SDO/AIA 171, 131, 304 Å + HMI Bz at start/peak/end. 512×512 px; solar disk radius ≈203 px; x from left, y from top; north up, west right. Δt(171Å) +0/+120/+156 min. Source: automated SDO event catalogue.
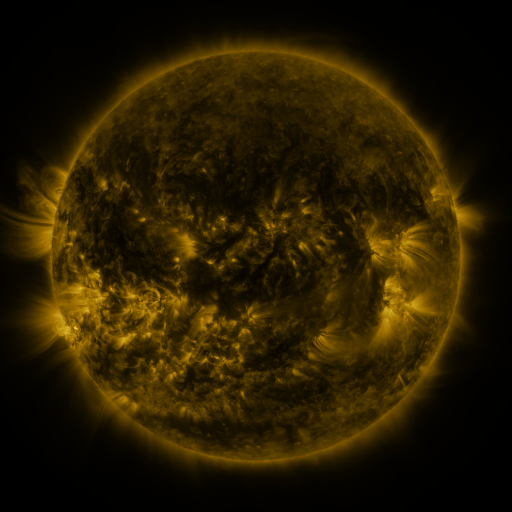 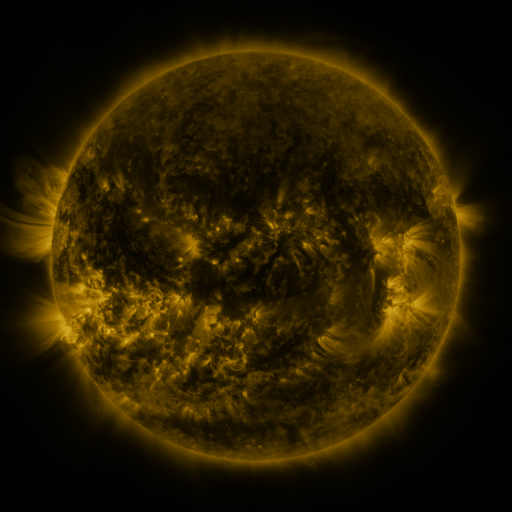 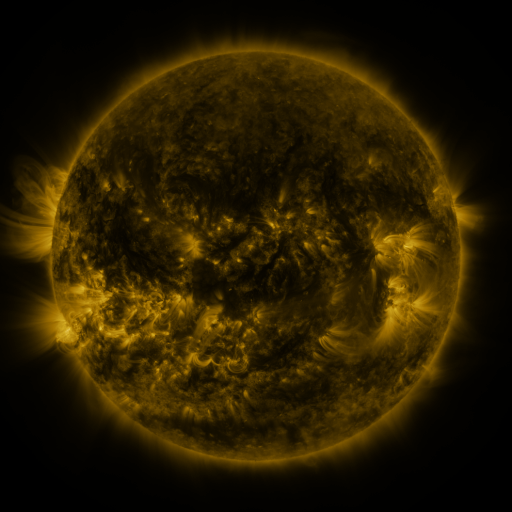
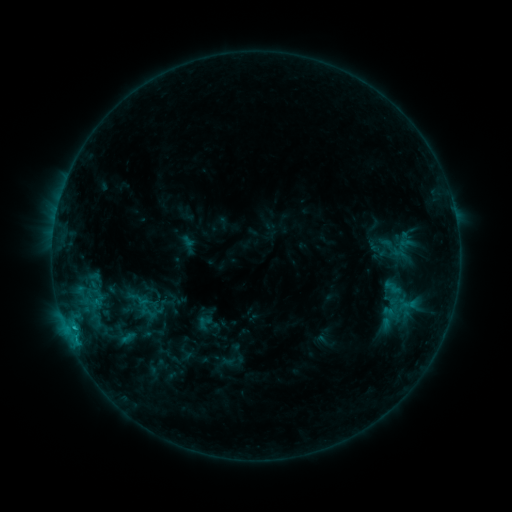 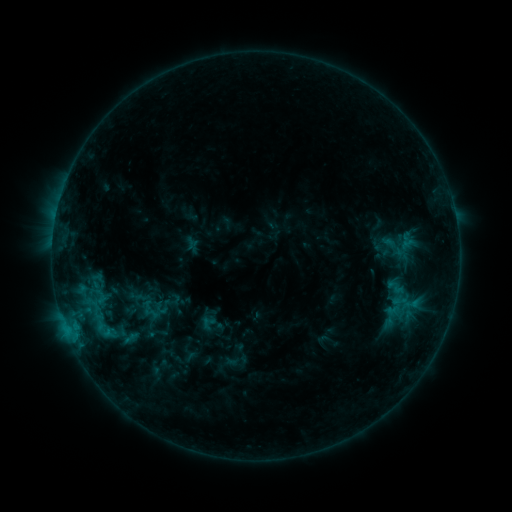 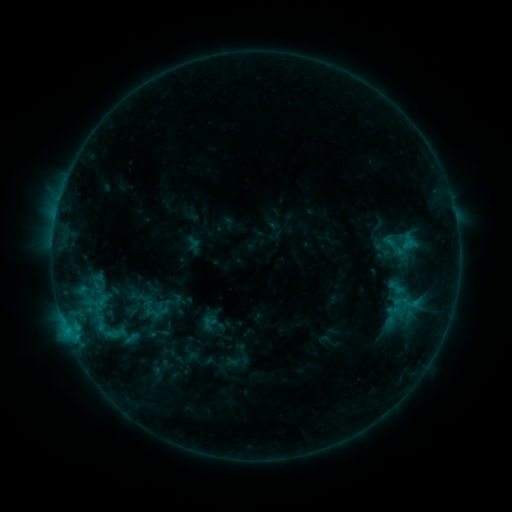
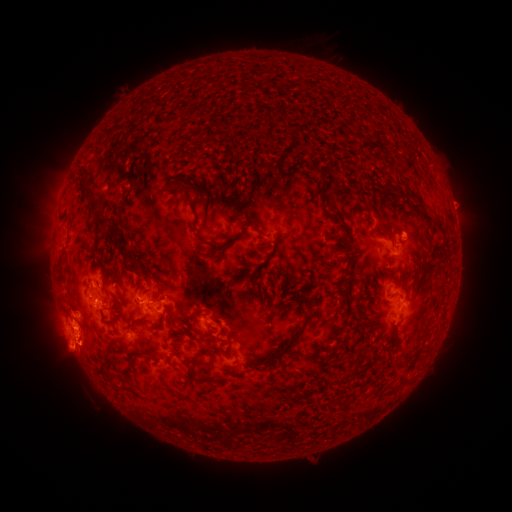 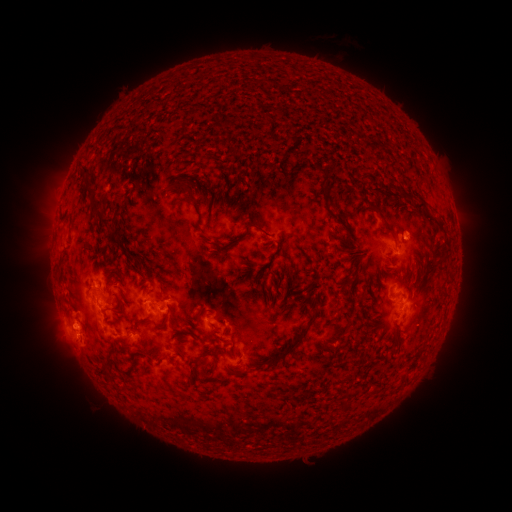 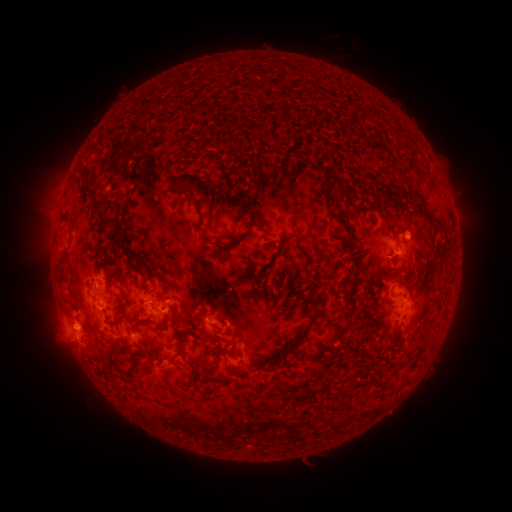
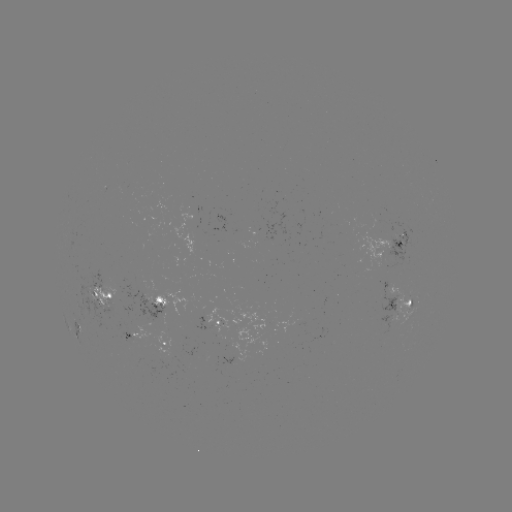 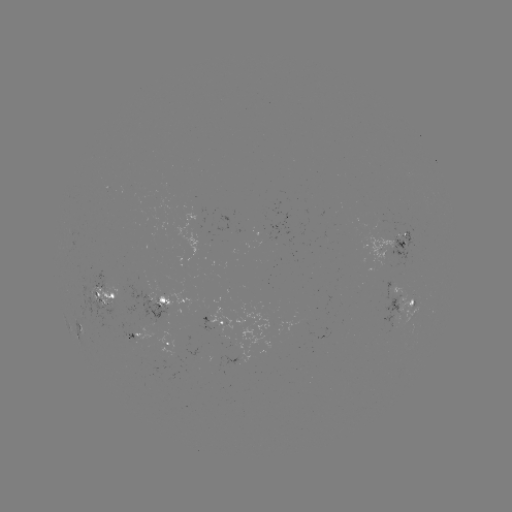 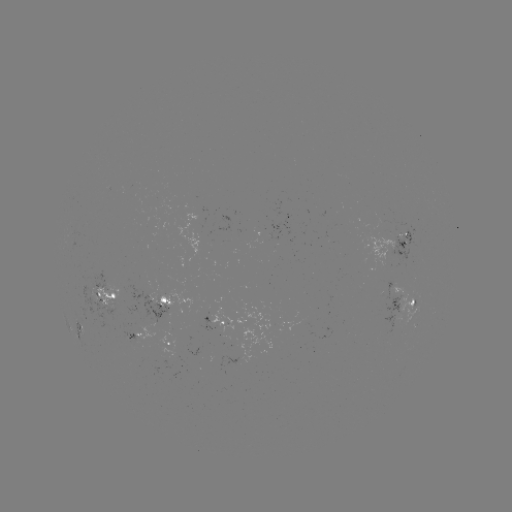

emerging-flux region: (219, 334, 230, 342)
